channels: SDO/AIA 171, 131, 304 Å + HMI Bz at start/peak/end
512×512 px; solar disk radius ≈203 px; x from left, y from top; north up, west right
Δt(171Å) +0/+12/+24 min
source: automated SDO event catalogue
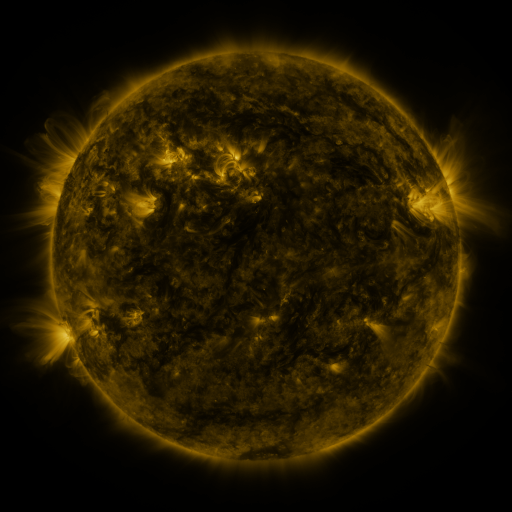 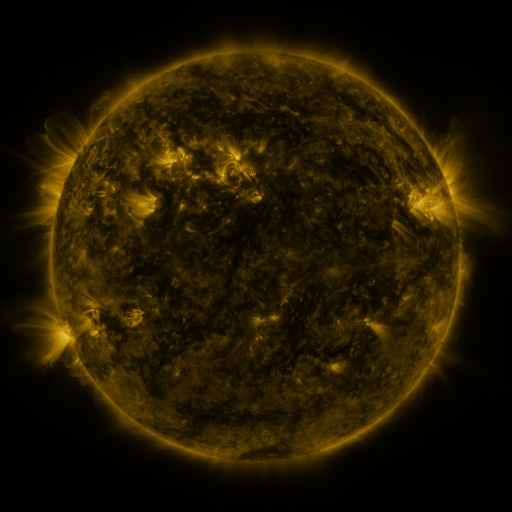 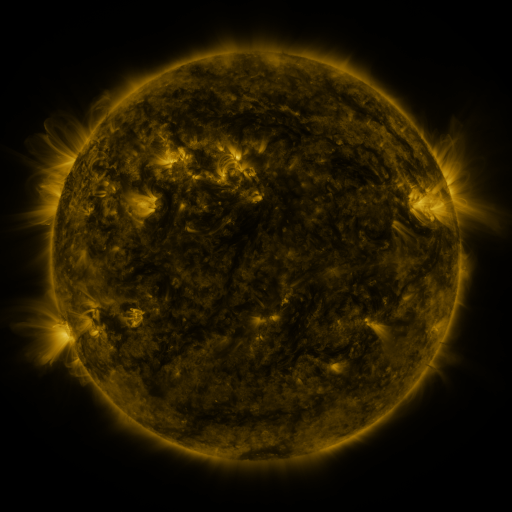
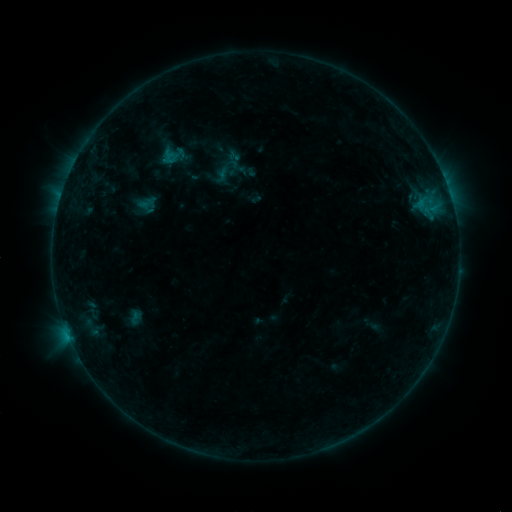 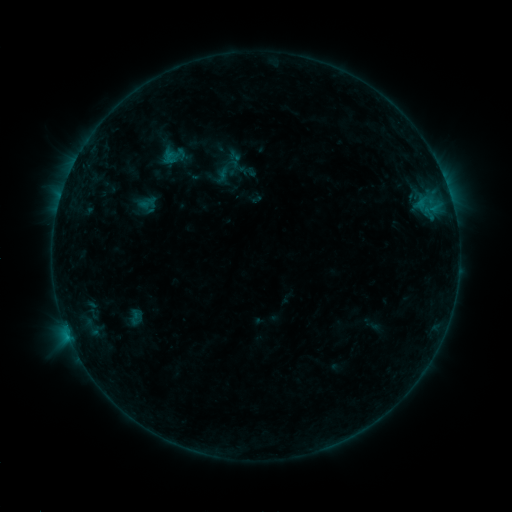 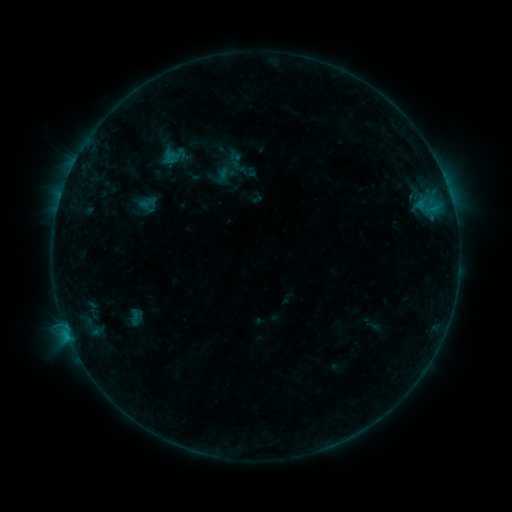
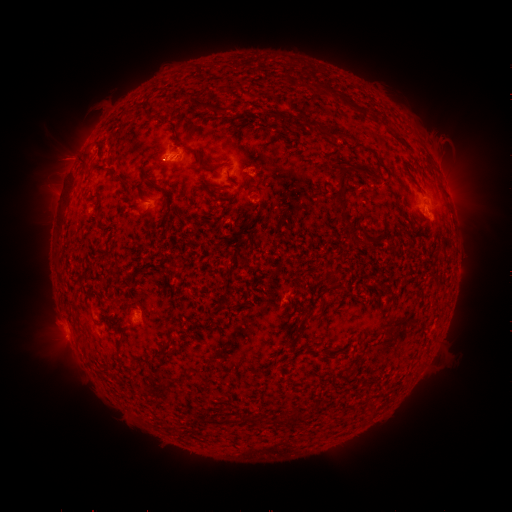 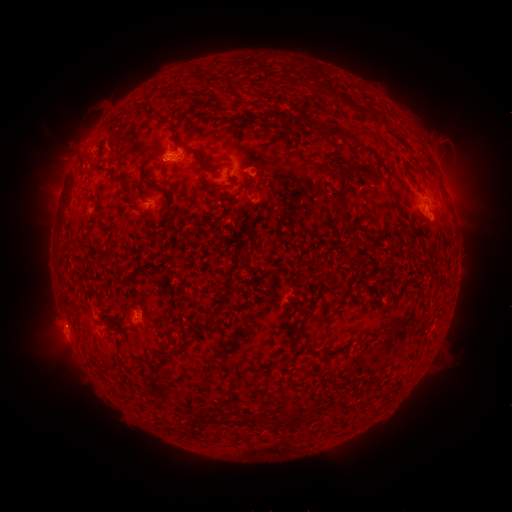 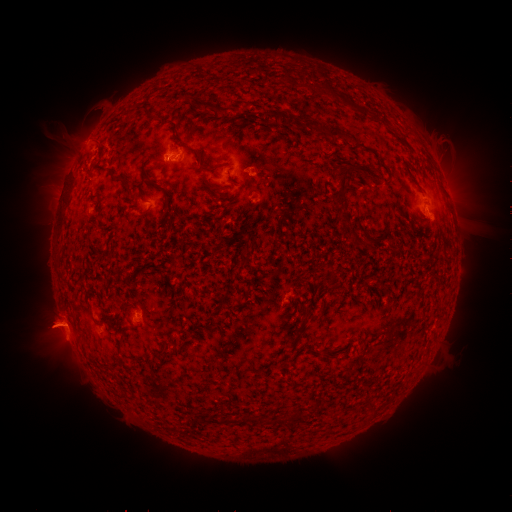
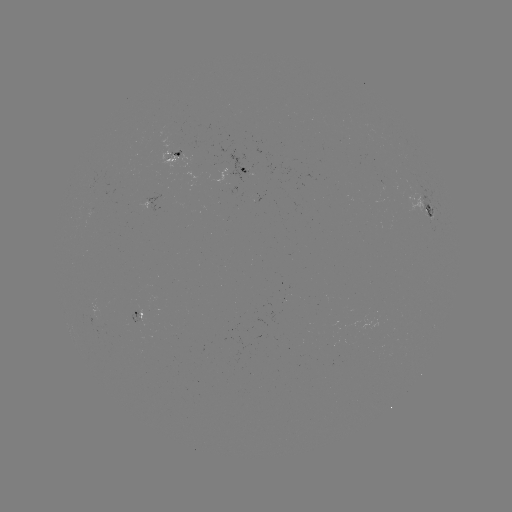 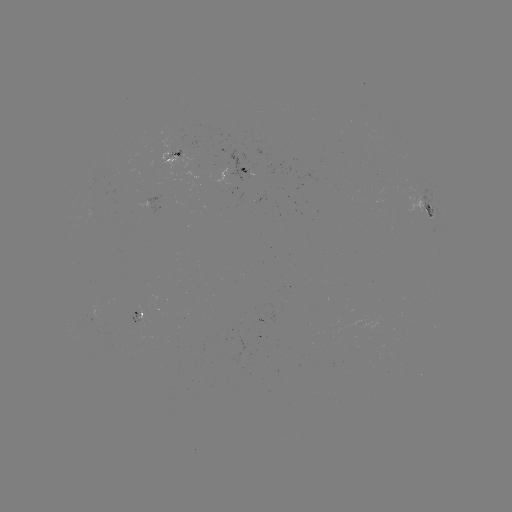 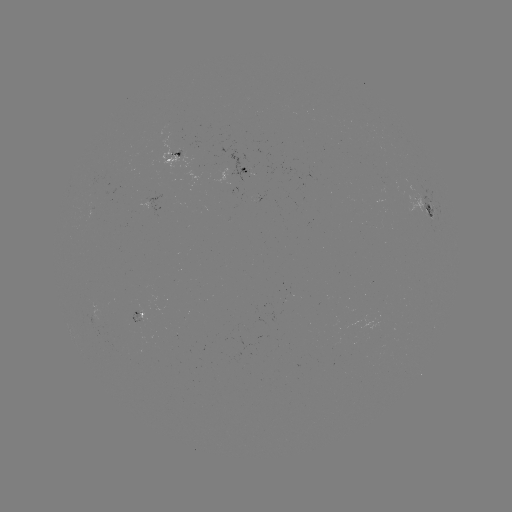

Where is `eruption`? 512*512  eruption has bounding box [48, 117, 102, 174].